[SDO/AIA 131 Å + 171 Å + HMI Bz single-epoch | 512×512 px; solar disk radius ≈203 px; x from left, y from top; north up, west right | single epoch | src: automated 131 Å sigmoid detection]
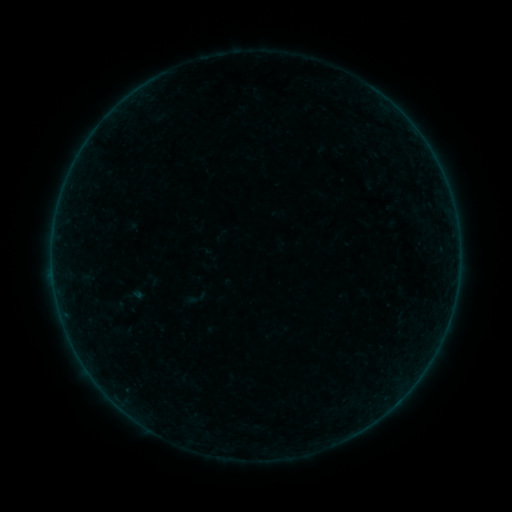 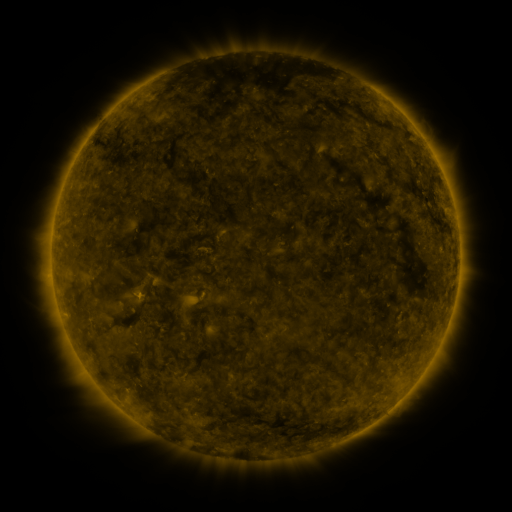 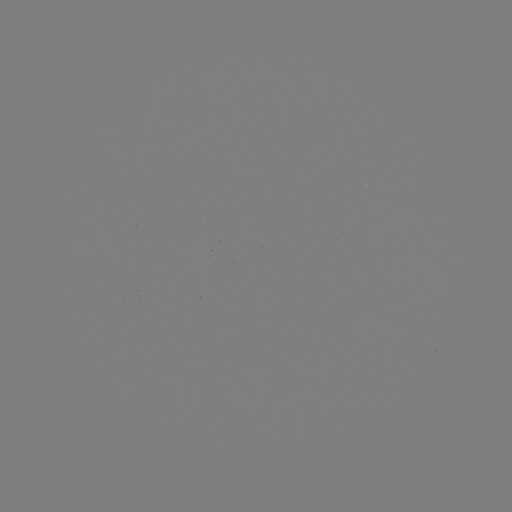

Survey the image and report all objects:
sigmoid: (198, 298)
